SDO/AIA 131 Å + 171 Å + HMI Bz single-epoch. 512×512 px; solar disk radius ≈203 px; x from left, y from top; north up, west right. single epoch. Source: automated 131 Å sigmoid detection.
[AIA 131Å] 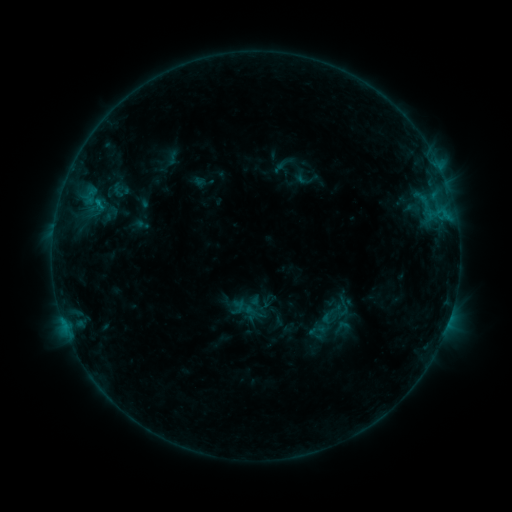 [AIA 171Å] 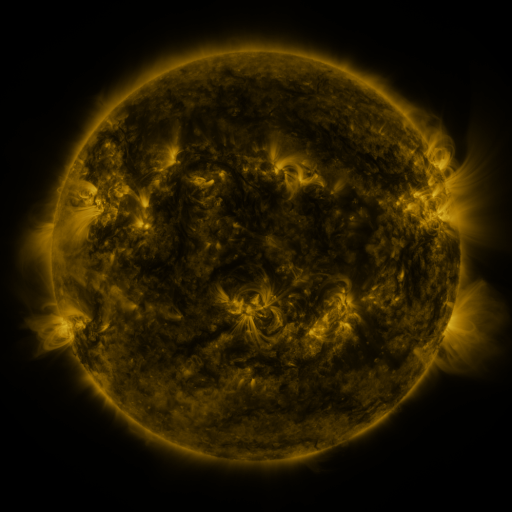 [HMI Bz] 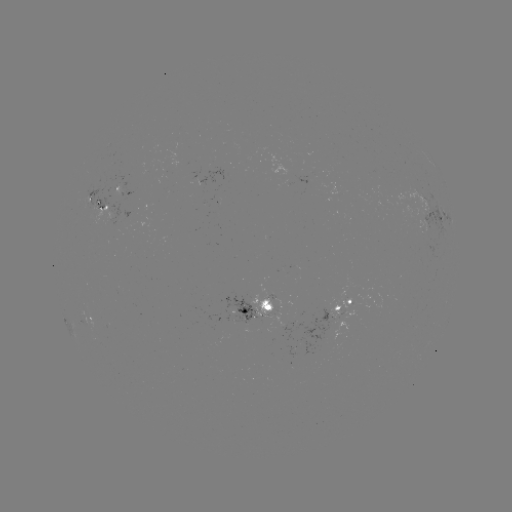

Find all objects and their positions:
sigmoid: [332, 317, 351, 337]
